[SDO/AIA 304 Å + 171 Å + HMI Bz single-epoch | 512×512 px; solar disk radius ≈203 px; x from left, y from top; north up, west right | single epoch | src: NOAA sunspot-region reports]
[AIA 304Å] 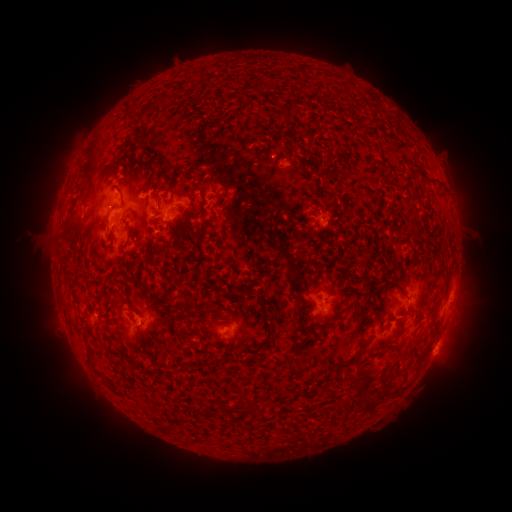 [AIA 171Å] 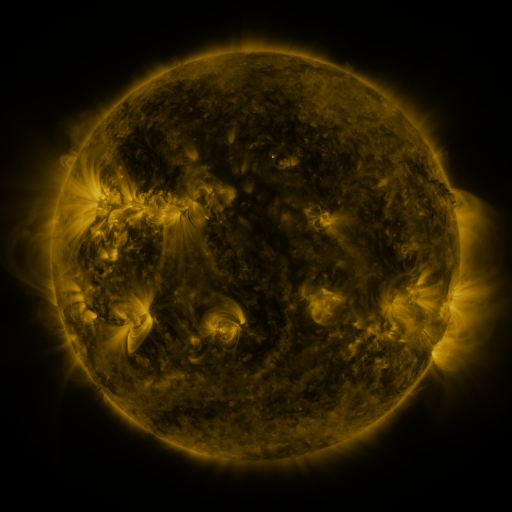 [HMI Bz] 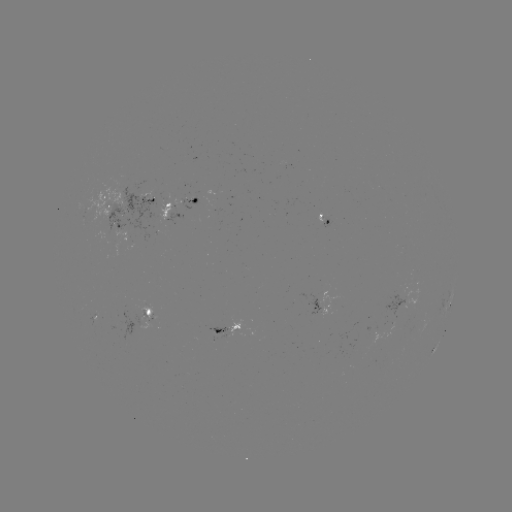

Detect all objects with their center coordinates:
spotted active region: (105, 199)
spotted active region: (149, 199)
spotted active region: (178, 205)
spotted active region: (112, 230)
spotted active region: (450, 301)
spotted active region: (393, 304)
spotted active region: (326, 307)
spotted active region: (140, 311)
spotted active region: (226, 328)
